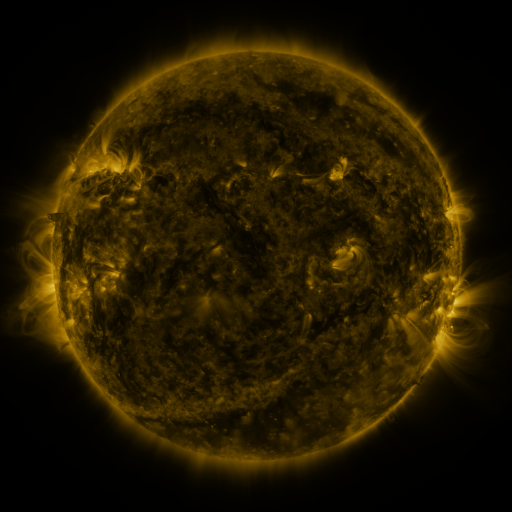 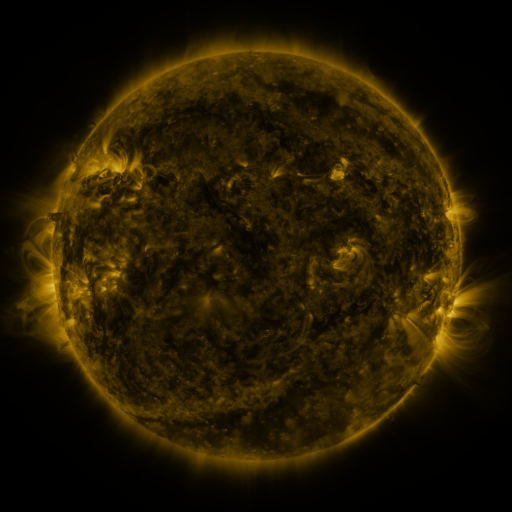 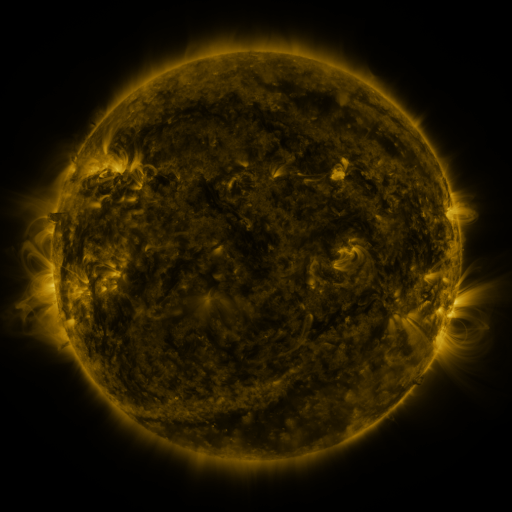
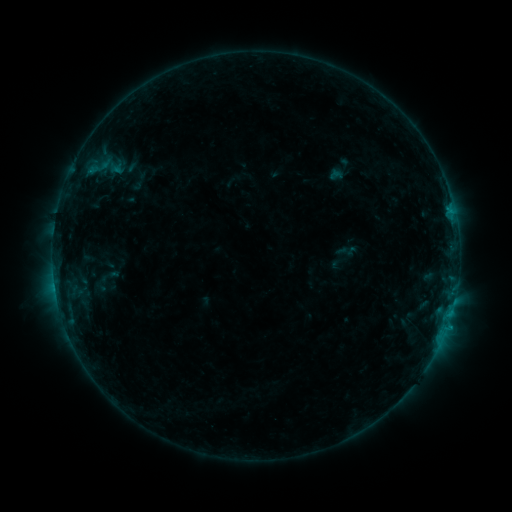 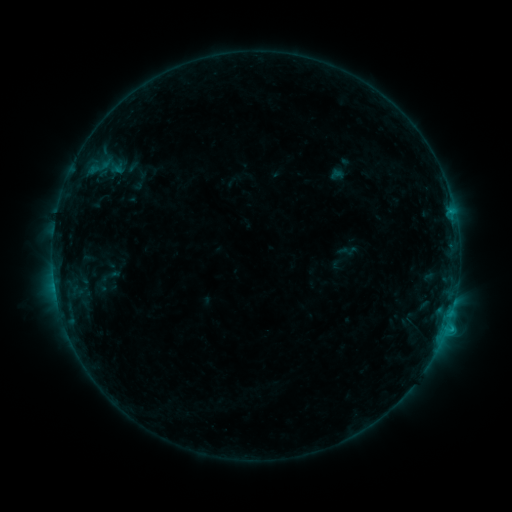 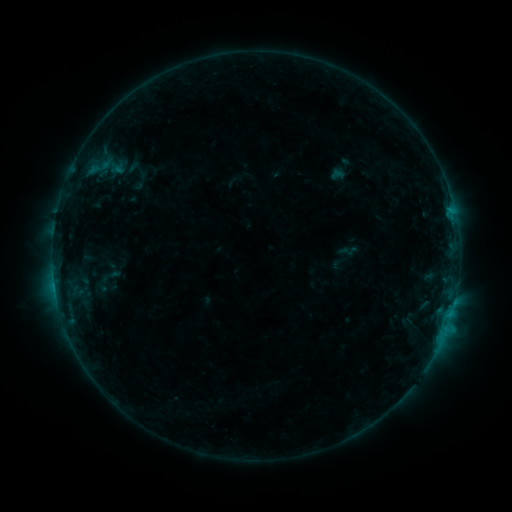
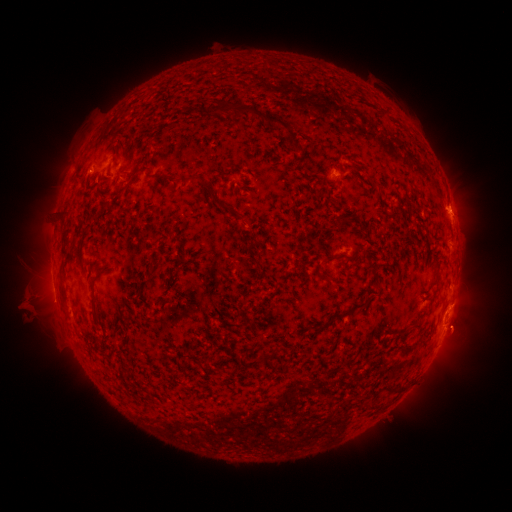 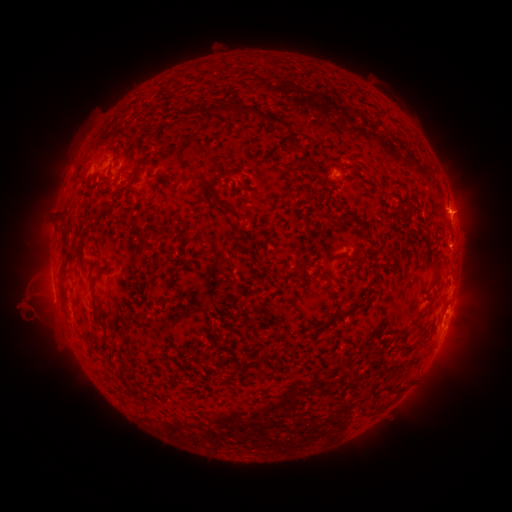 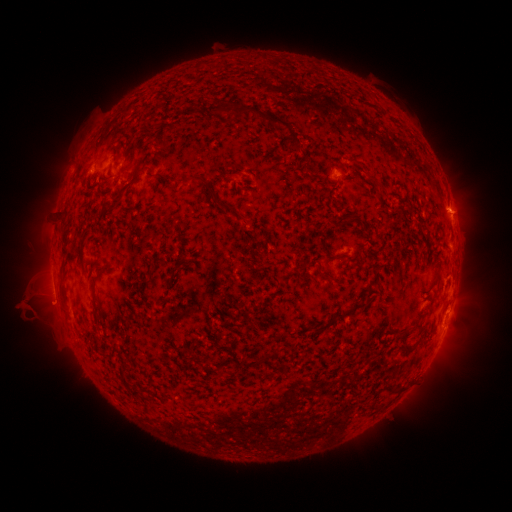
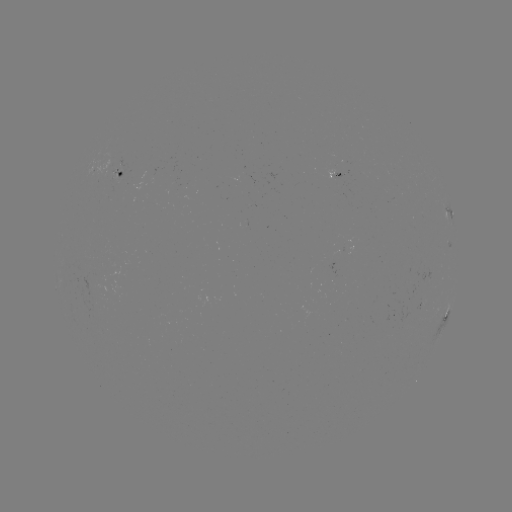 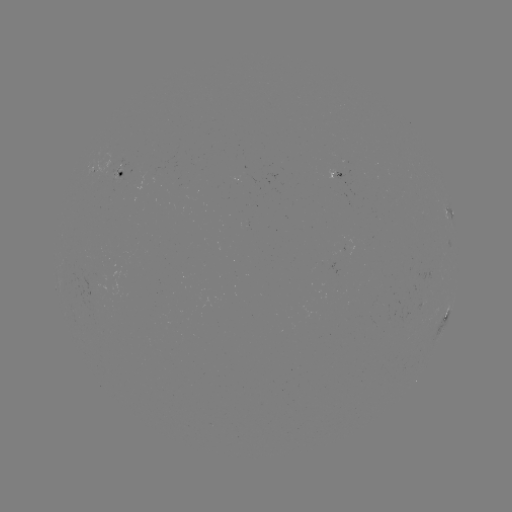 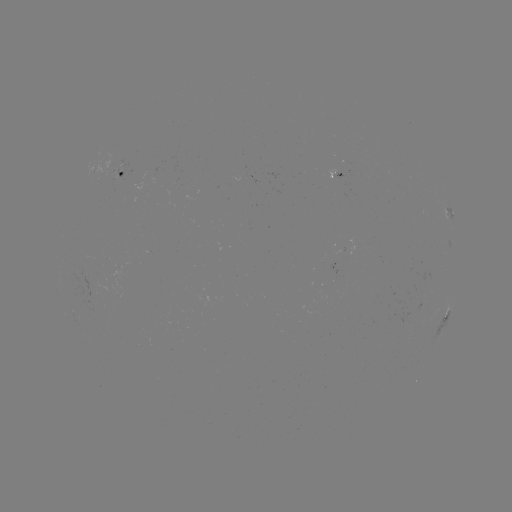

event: flare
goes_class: C1.2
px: (449, 214)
